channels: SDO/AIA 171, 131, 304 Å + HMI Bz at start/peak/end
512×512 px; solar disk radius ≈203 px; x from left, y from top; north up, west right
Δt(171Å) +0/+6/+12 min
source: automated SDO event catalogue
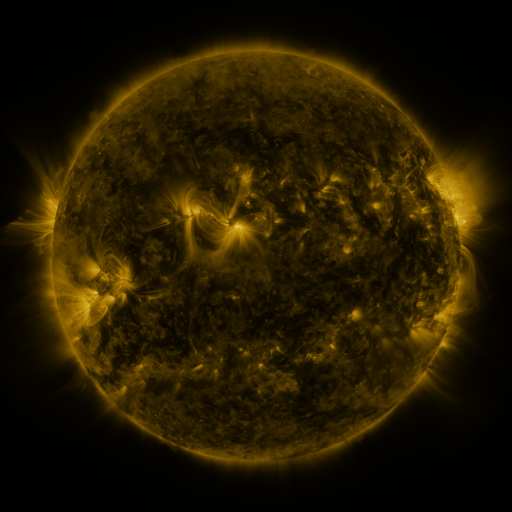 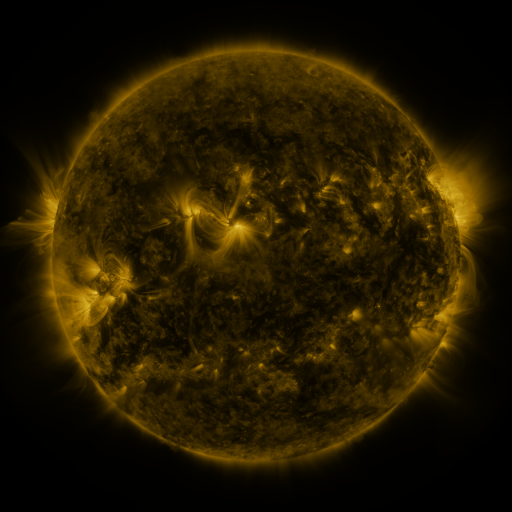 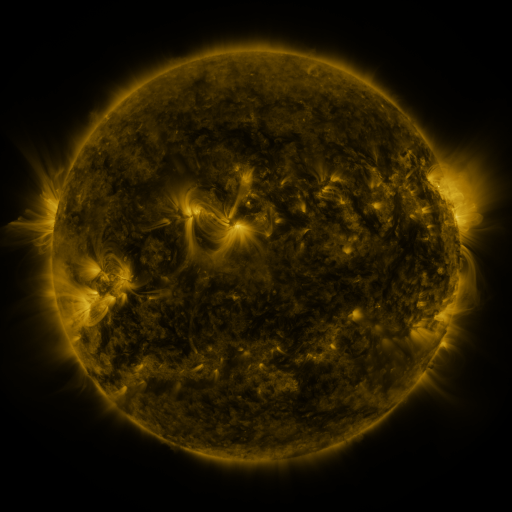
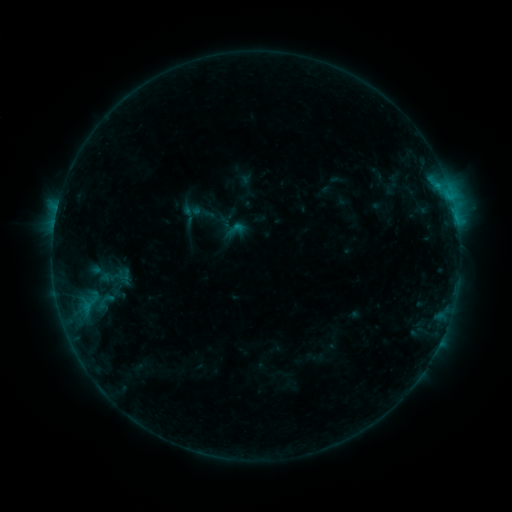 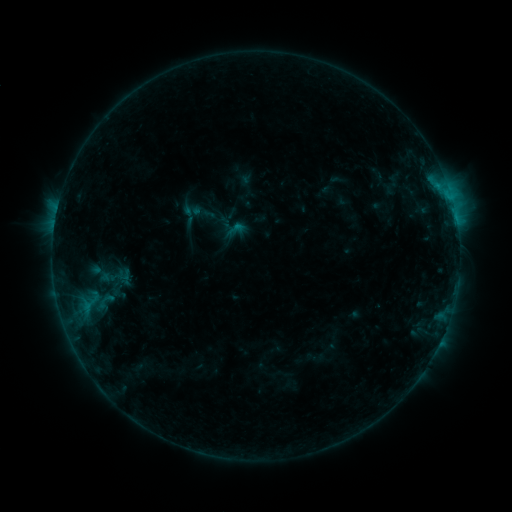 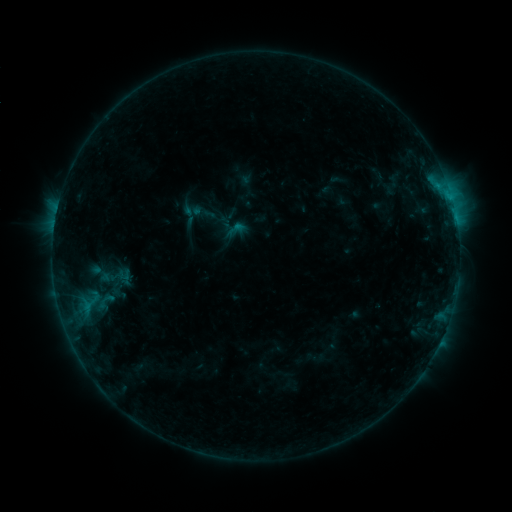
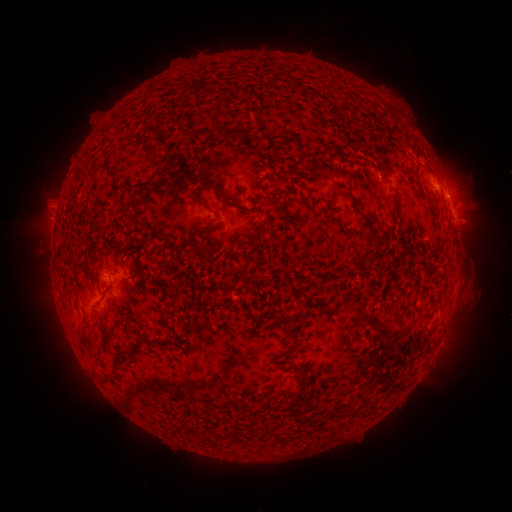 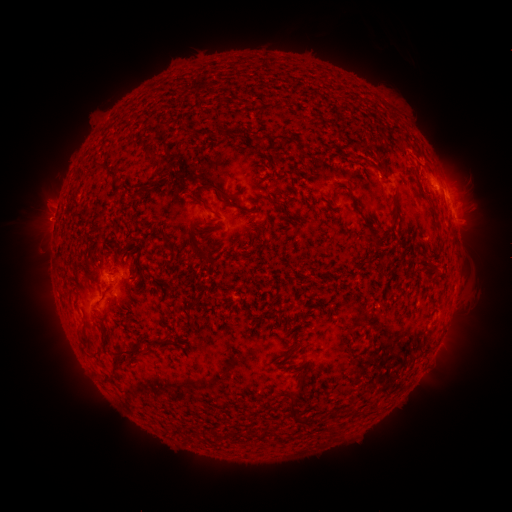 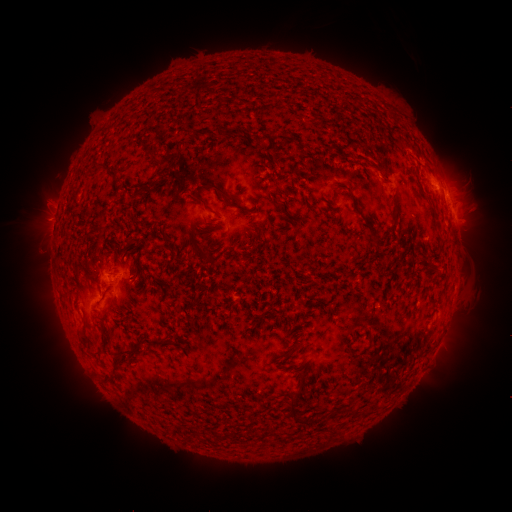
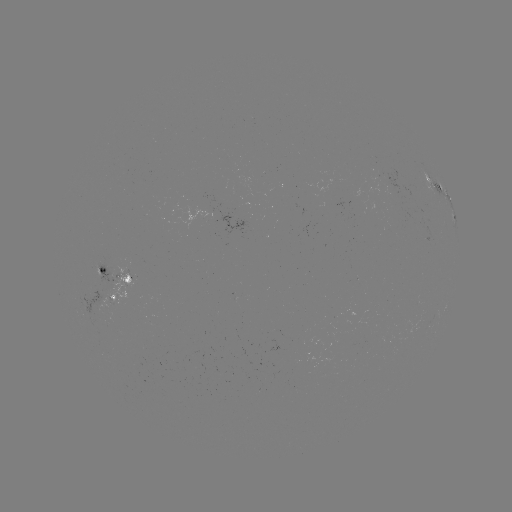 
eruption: <bbox>17, 195, 74, 247</bbox>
